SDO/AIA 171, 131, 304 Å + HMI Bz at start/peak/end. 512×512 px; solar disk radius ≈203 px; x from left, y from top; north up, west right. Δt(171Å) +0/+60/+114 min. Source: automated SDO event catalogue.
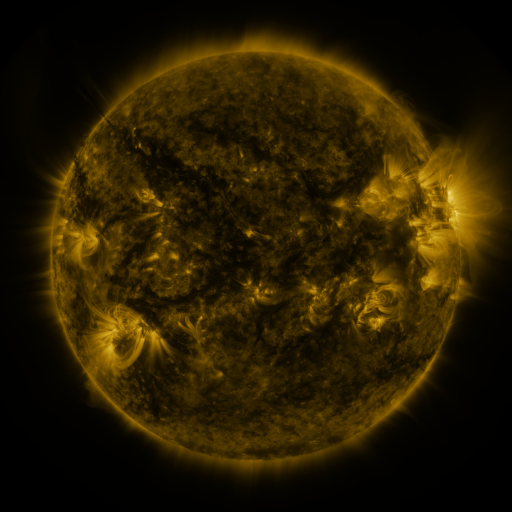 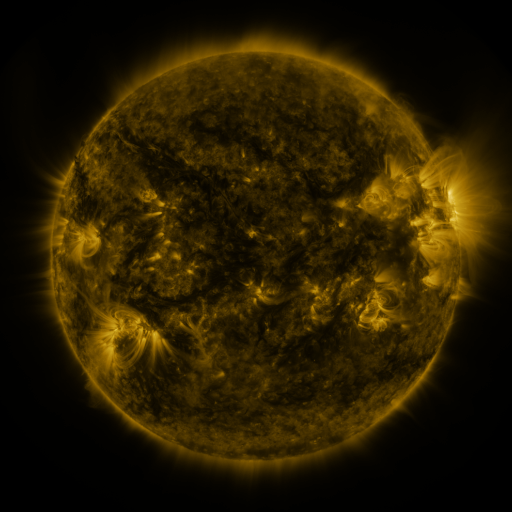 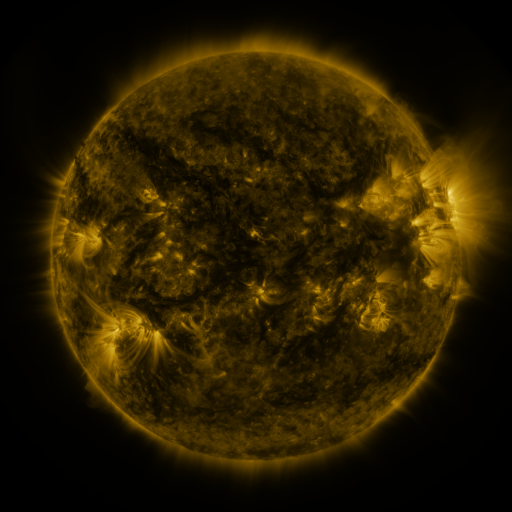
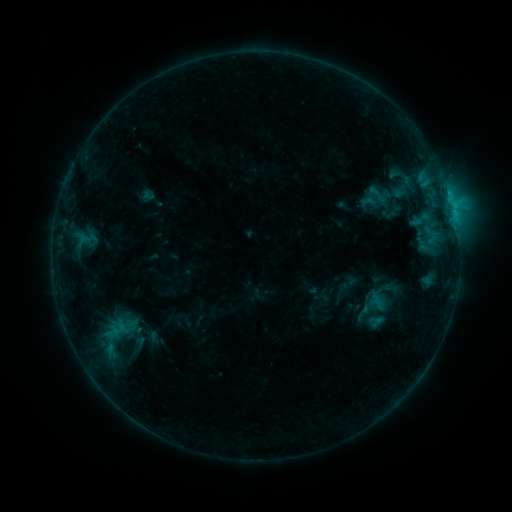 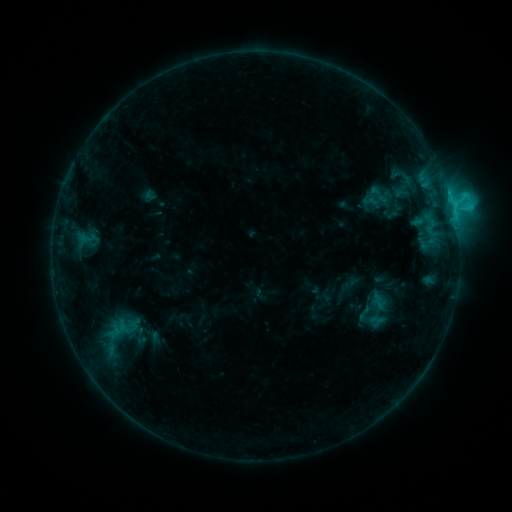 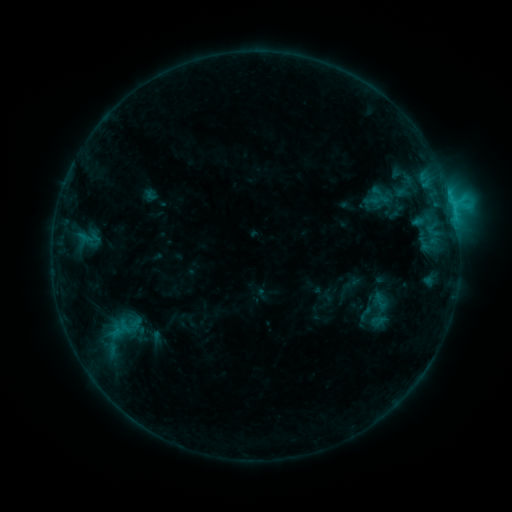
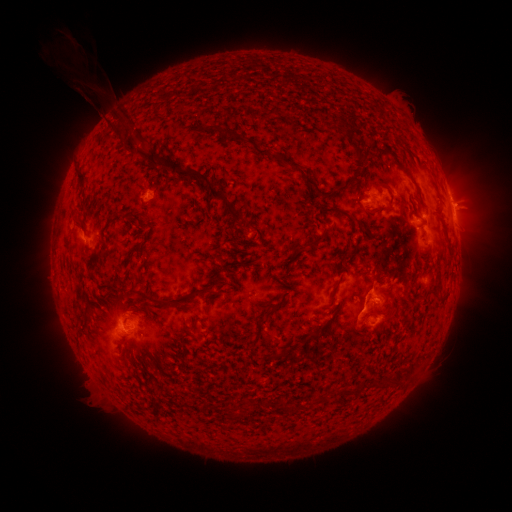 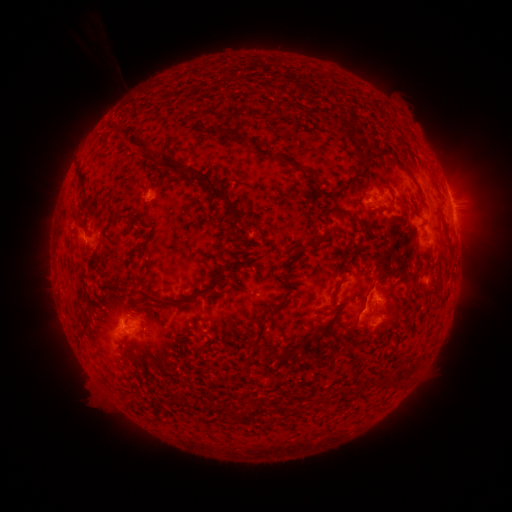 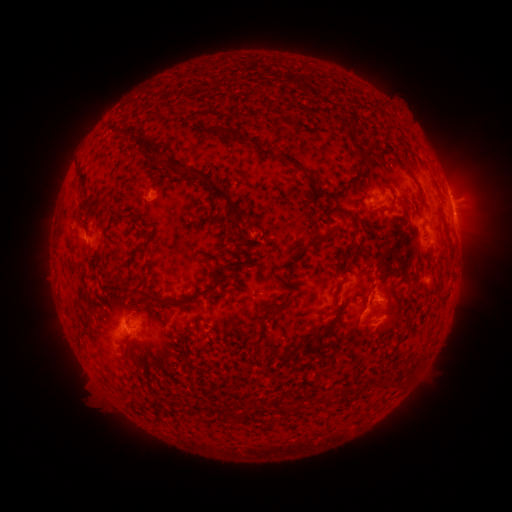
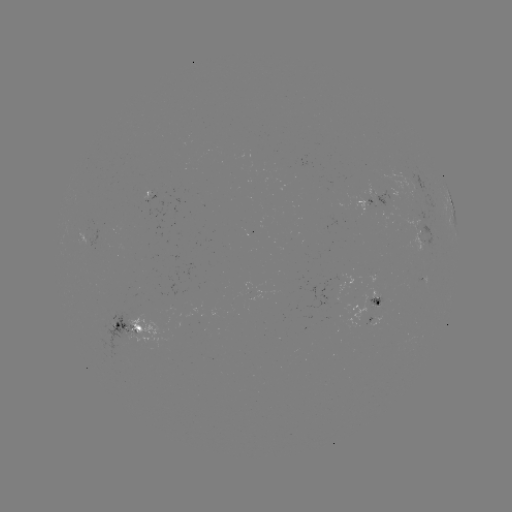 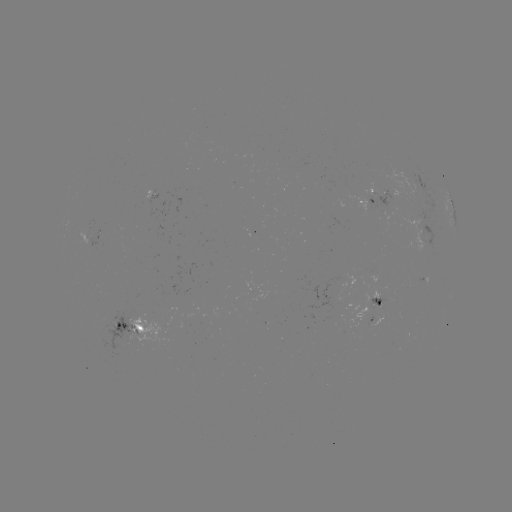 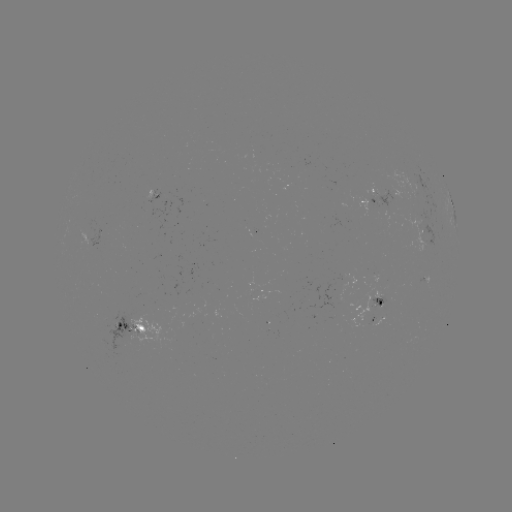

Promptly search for C2.7 flare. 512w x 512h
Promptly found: [431, 225].